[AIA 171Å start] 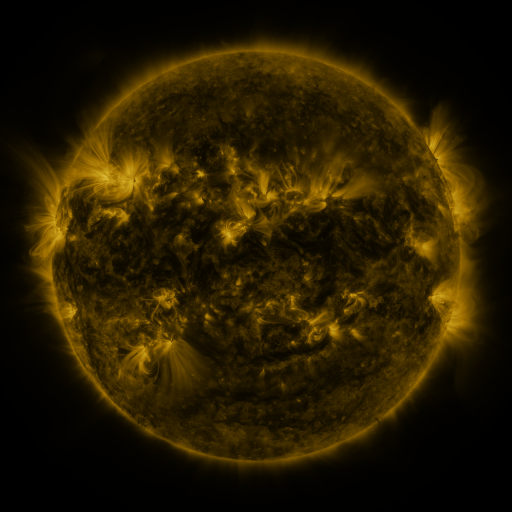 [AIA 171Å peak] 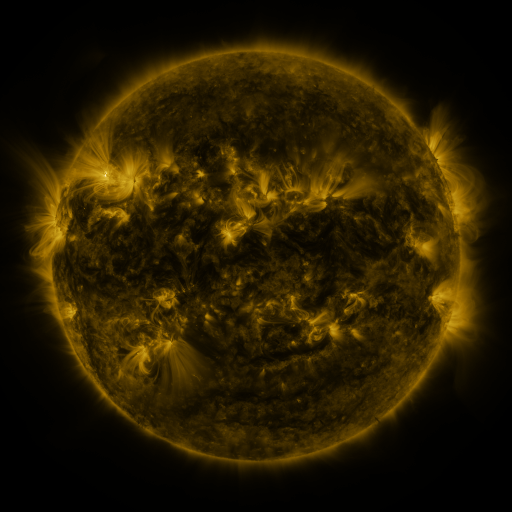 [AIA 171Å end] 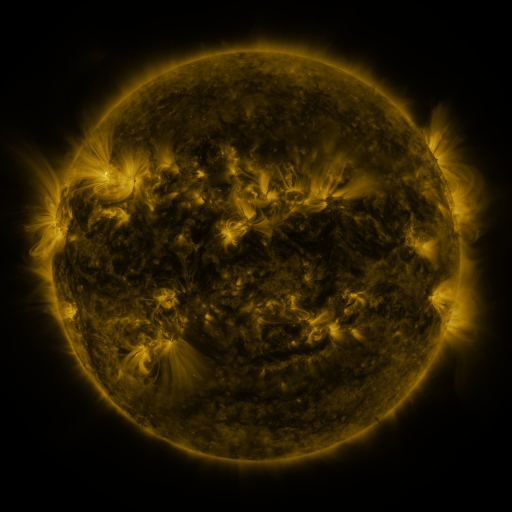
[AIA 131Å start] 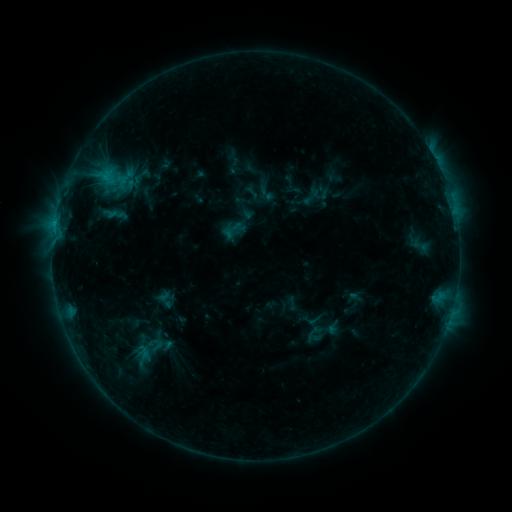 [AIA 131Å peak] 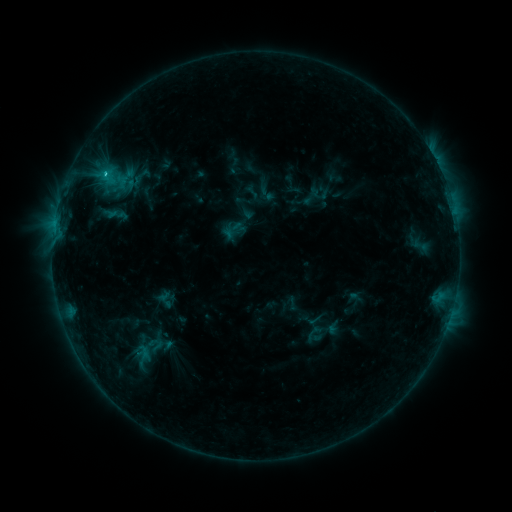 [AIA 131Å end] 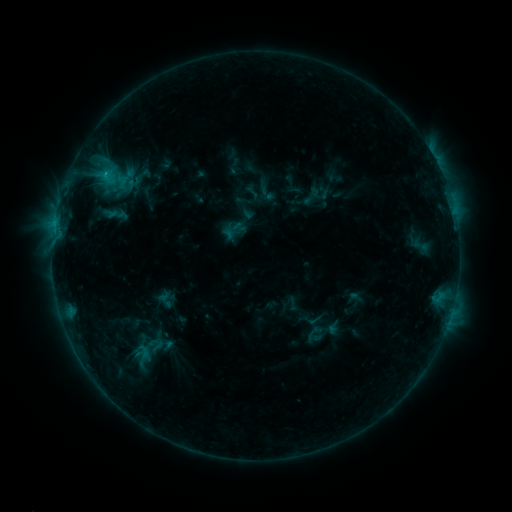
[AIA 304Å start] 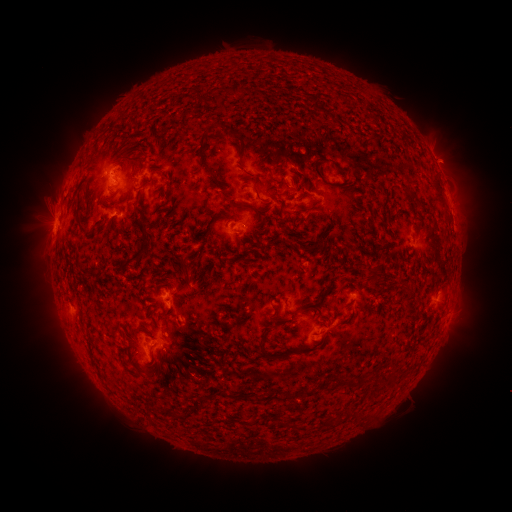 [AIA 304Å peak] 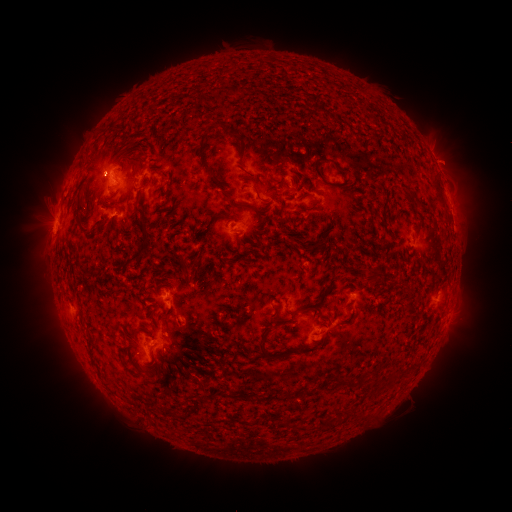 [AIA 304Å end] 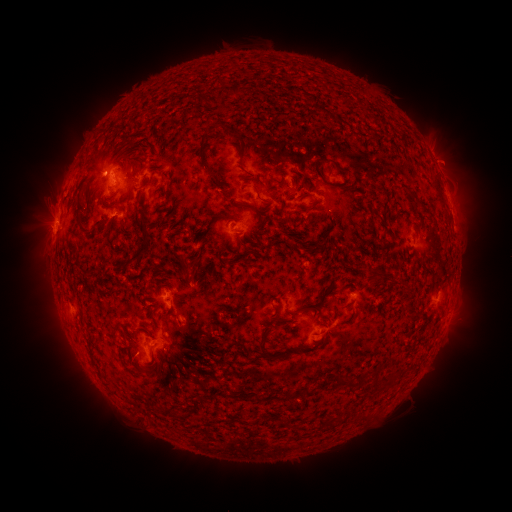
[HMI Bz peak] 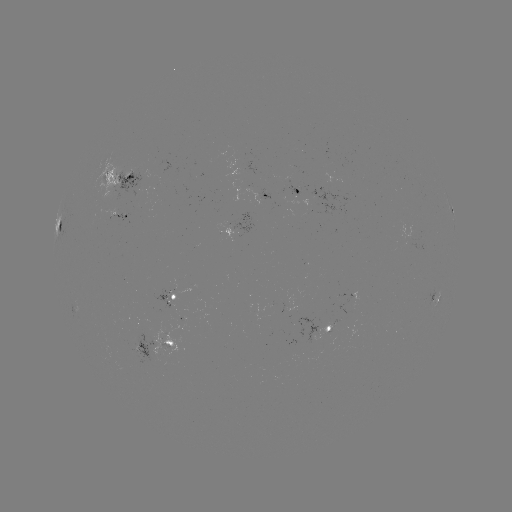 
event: flare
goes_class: C1.3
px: (106, 175)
